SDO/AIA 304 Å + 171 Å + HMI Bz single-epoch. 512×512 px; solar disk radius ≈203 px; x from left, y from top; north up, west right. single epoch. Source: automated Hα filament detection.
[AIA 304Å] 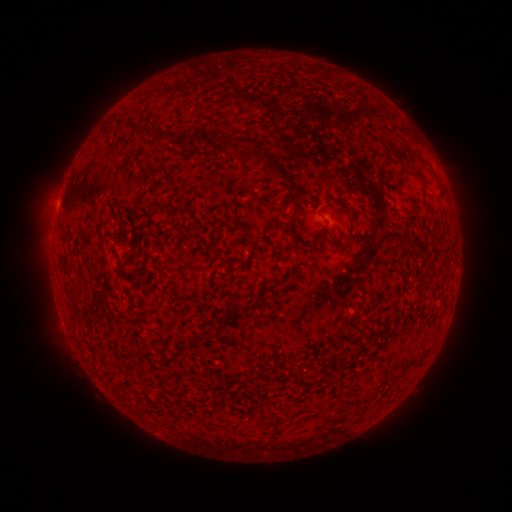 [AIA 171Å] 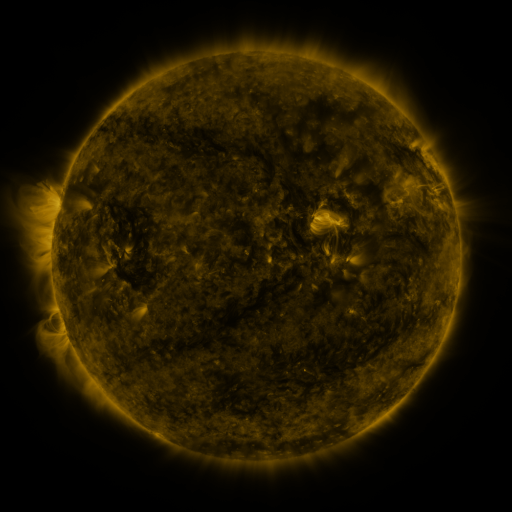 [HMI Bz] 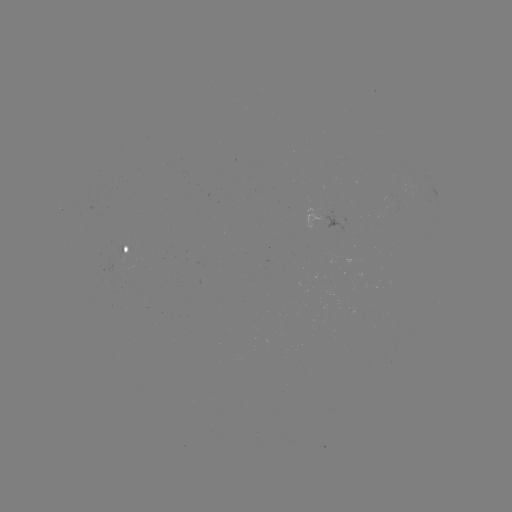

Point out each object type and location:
filament: (132, 123, 141, 133)
filament: (157, 128, 170, 141)
filament: (176, 132, 198, 148)
filament: (386, 149, 399, 159)
filament: (269, 158, 295, 185)
filament: (412, 170, 425, 183)
filament: (284, 210, 300, 243)
filament: (111, 241, 117, 251)
filament: (67, 283, 77, 292)
filament: (68, 311, 79, 320)
